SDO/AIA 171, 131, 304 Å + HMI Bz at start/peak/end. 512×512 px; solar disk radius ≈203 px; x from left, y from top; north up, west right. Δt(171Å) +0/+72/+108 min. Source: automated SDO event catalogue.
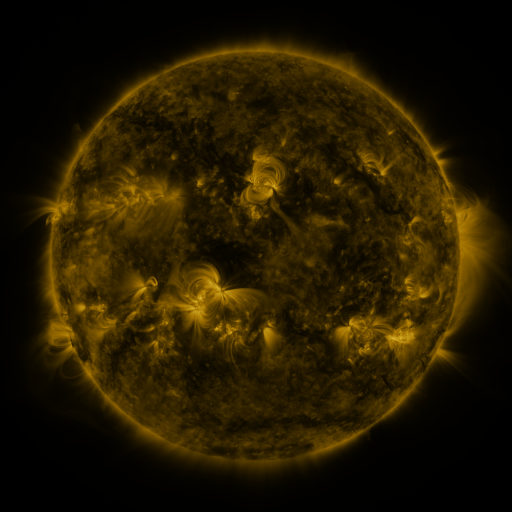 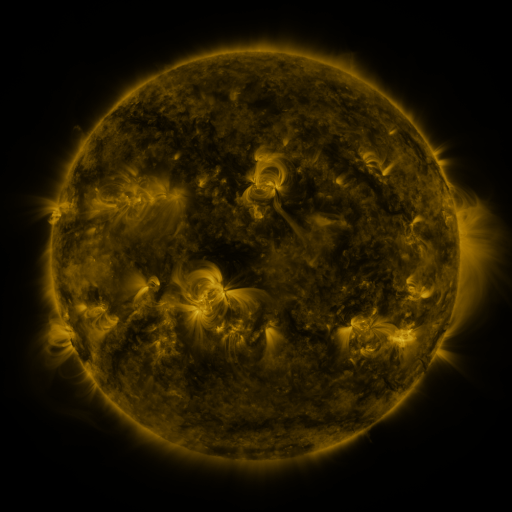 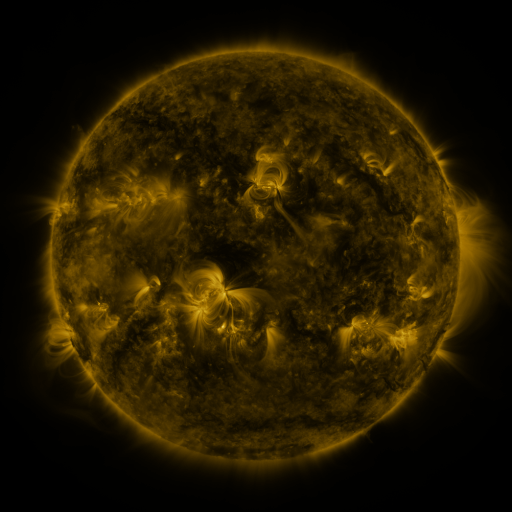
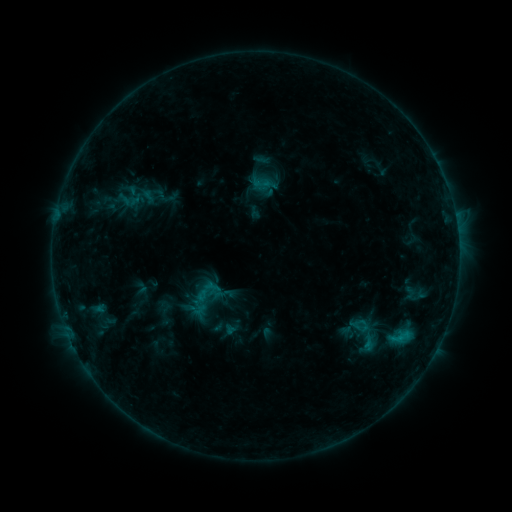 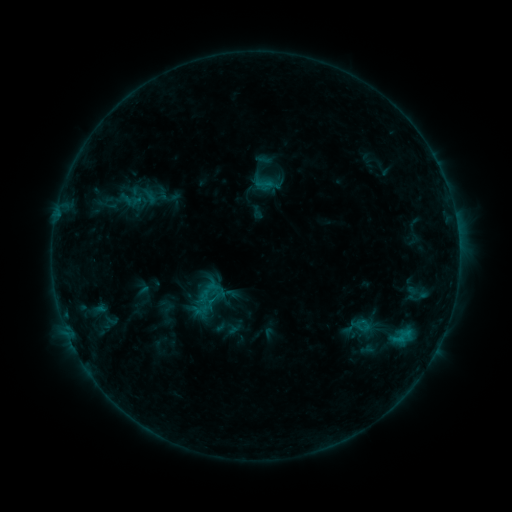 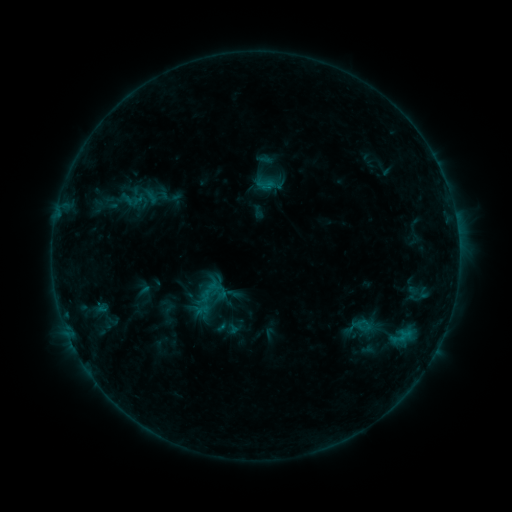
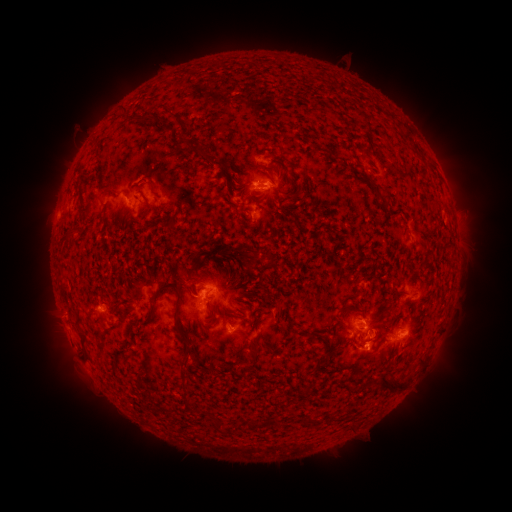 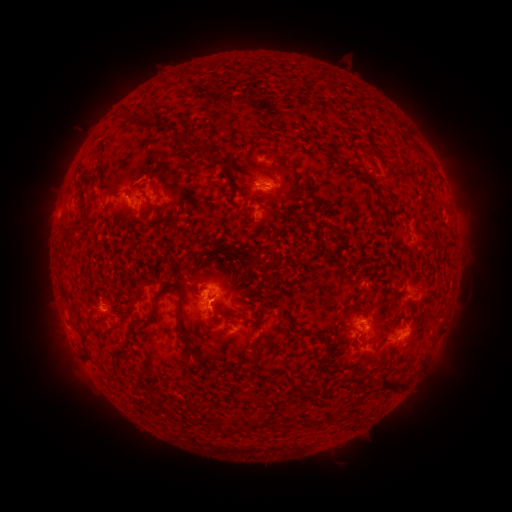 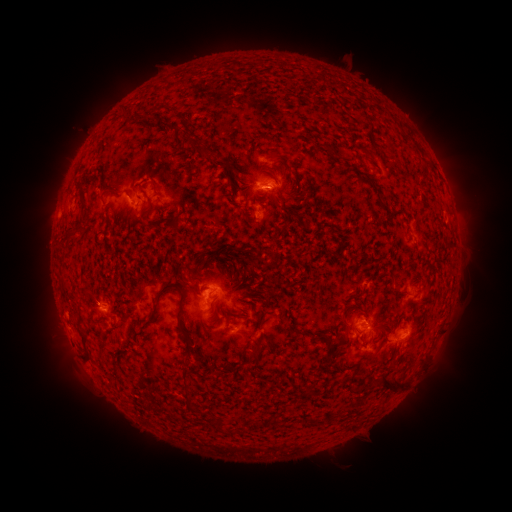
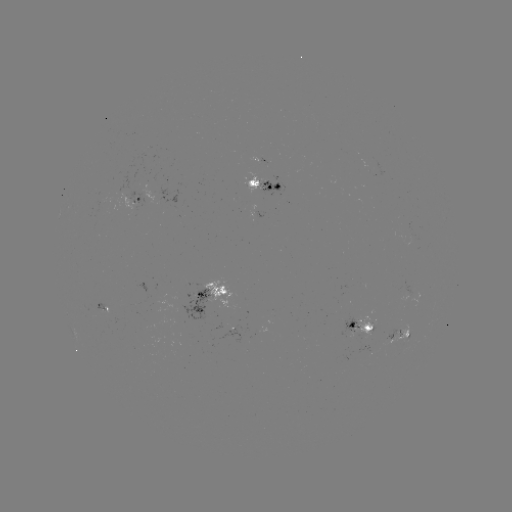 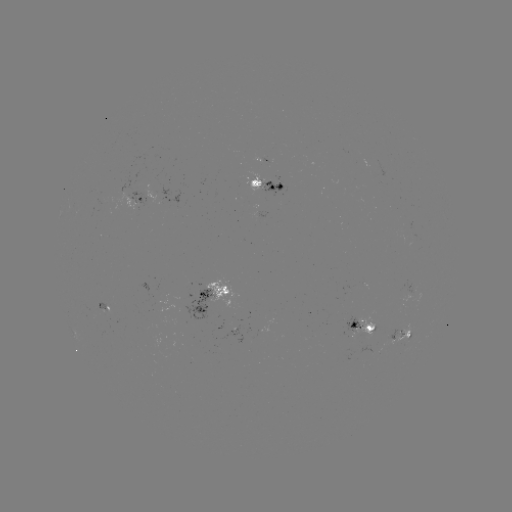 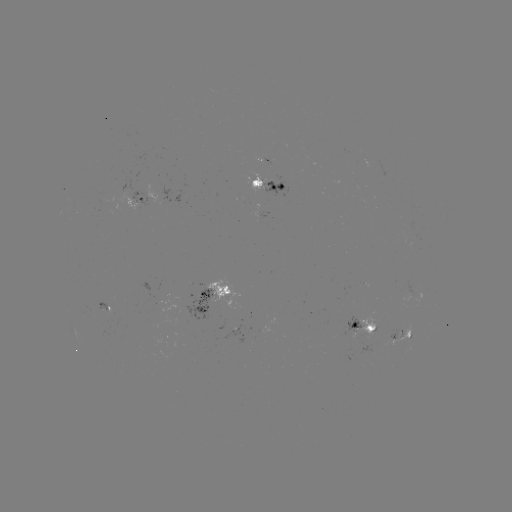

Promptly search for emerging-flux region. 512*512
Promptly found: [413, 241].